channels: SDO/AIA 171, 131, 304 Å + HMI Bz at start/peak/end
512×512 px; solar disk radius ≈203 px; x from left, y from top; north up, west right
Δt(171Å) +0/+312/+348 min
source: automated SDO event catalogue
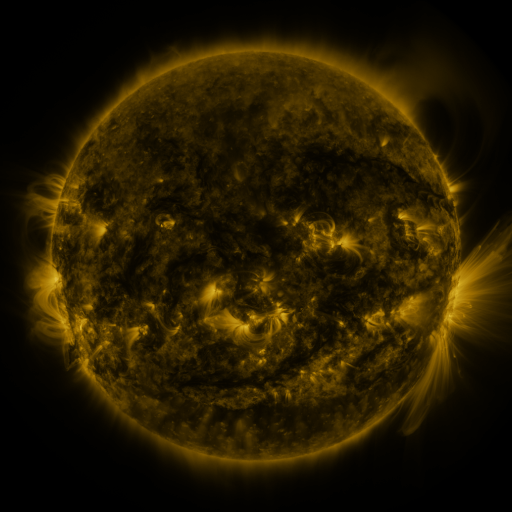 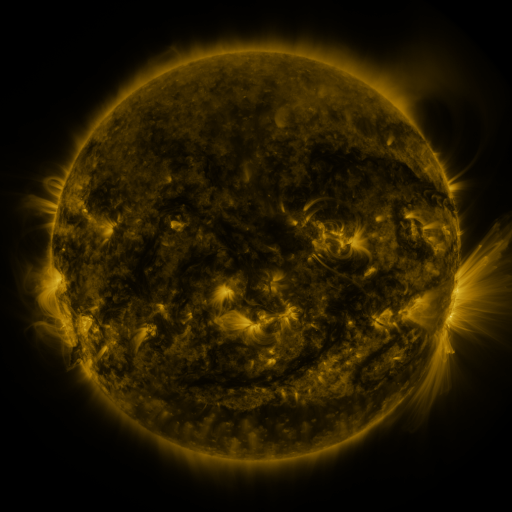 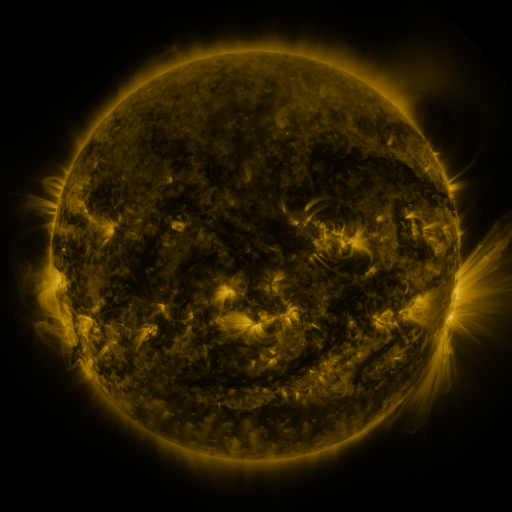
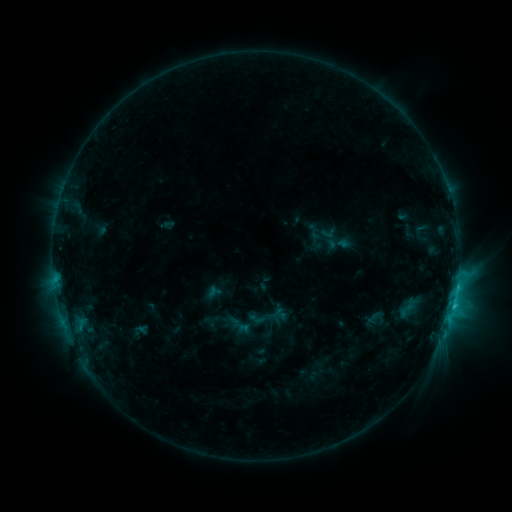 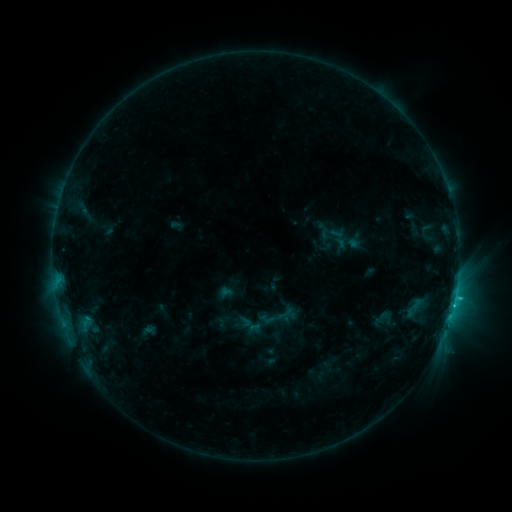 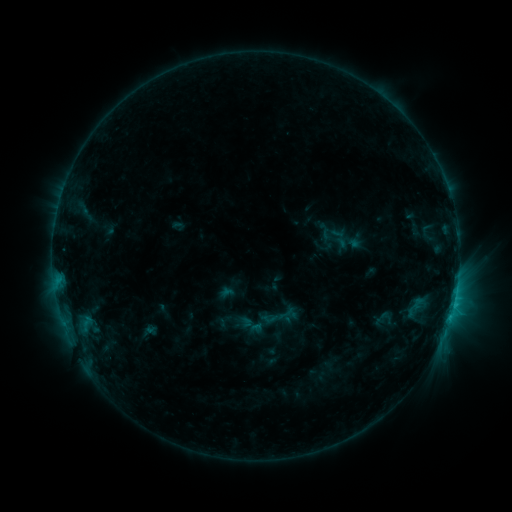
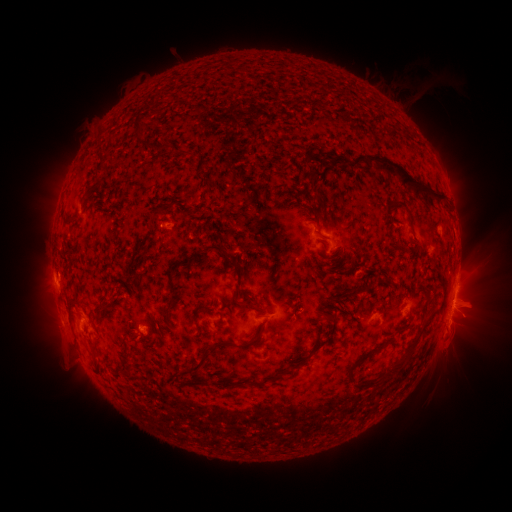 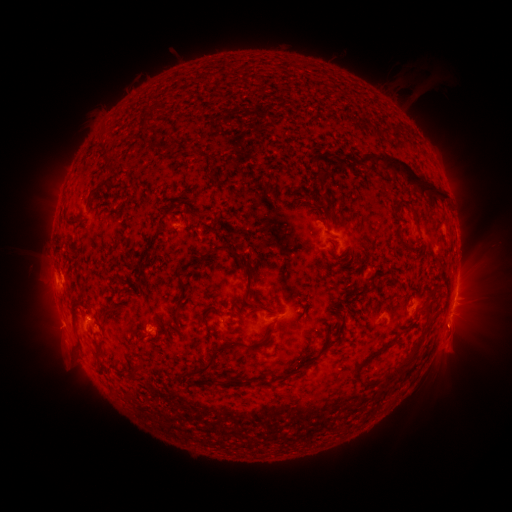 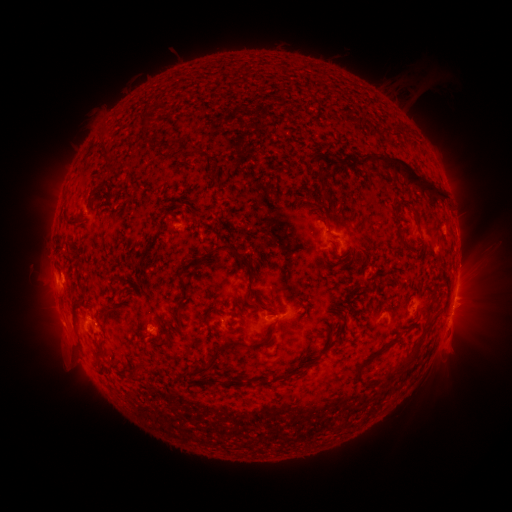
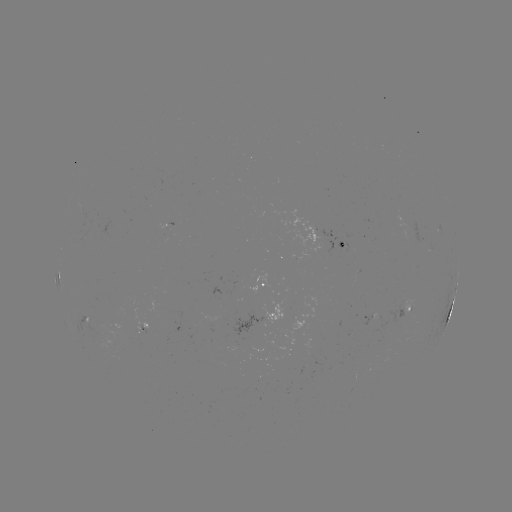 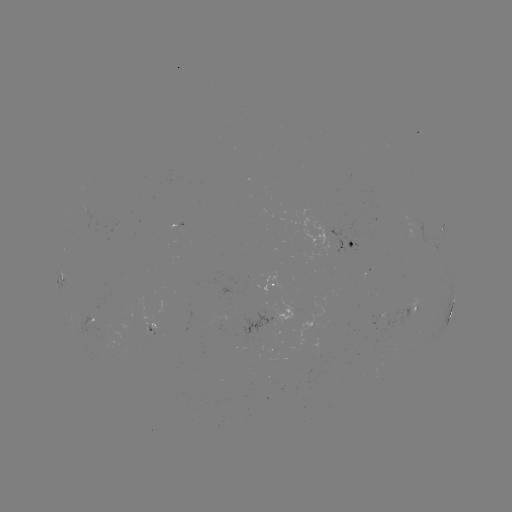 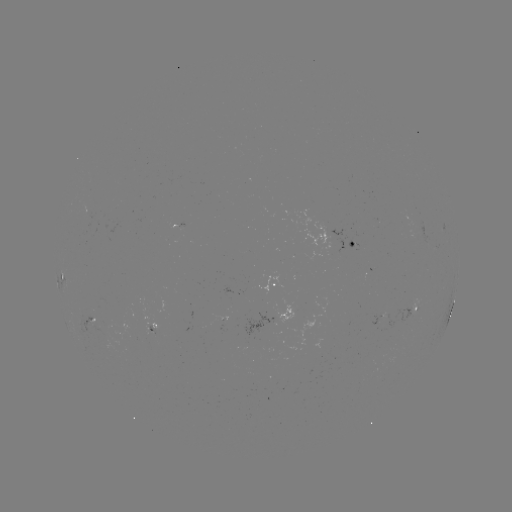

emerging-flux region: [362, 269, 369, 280]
